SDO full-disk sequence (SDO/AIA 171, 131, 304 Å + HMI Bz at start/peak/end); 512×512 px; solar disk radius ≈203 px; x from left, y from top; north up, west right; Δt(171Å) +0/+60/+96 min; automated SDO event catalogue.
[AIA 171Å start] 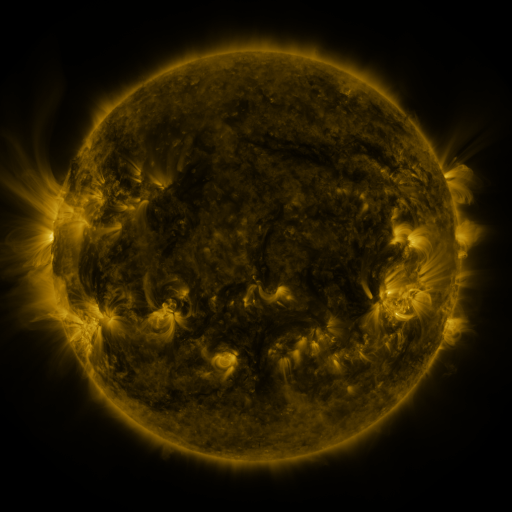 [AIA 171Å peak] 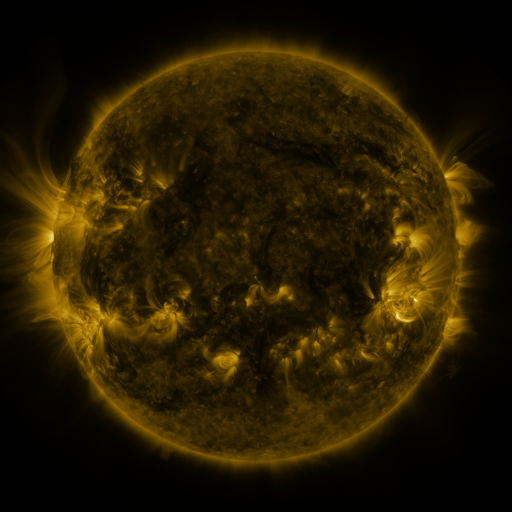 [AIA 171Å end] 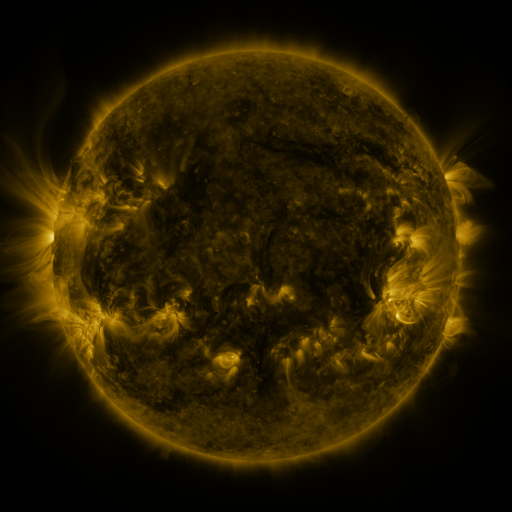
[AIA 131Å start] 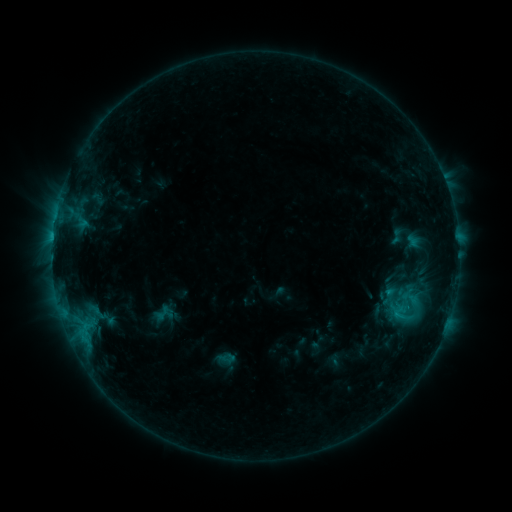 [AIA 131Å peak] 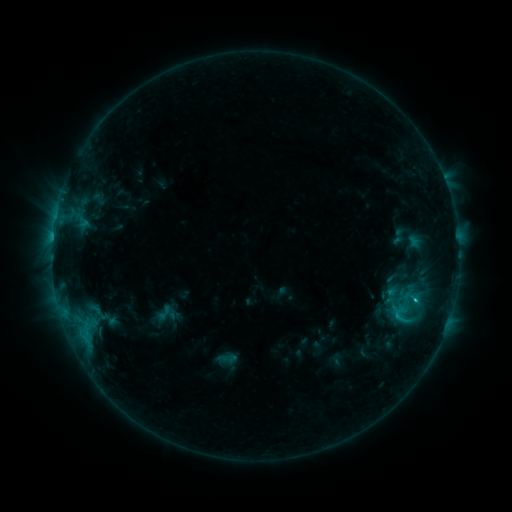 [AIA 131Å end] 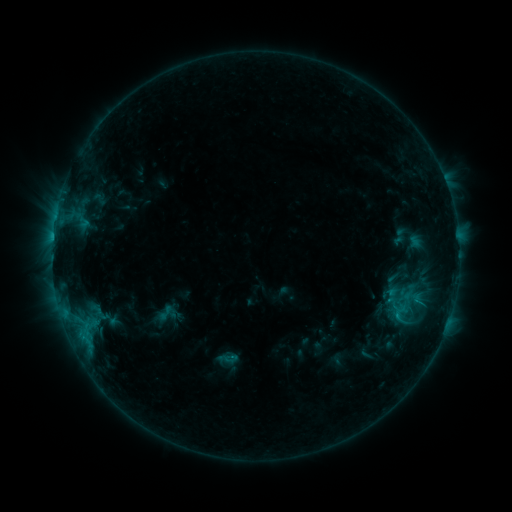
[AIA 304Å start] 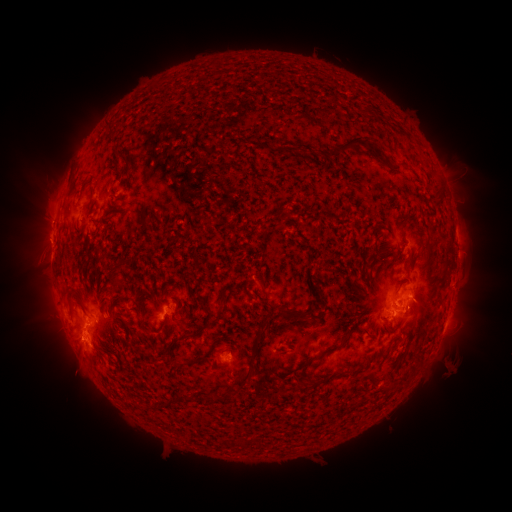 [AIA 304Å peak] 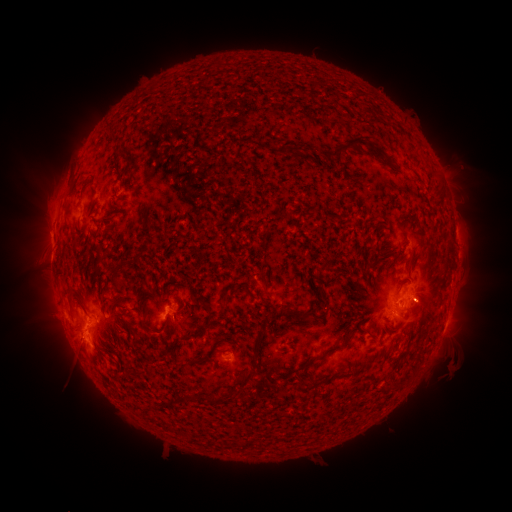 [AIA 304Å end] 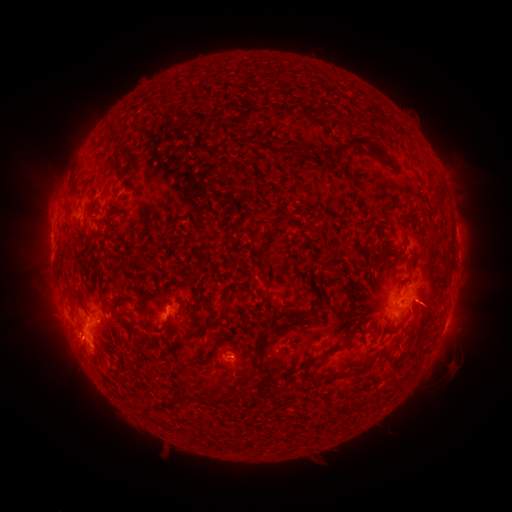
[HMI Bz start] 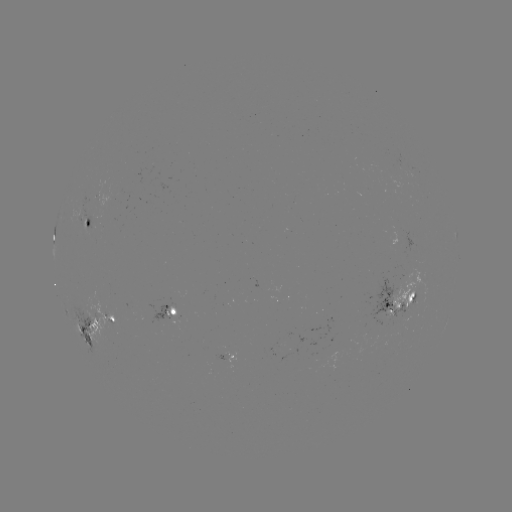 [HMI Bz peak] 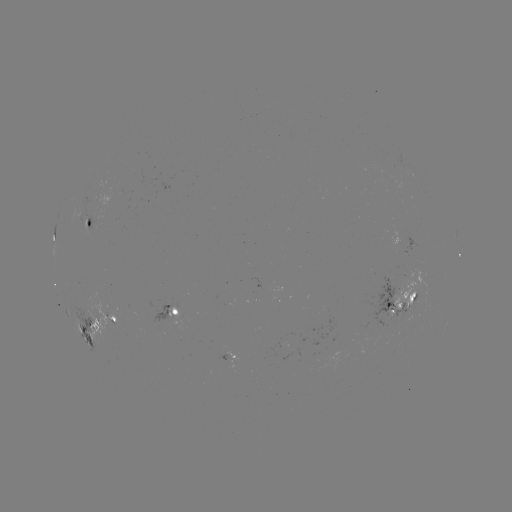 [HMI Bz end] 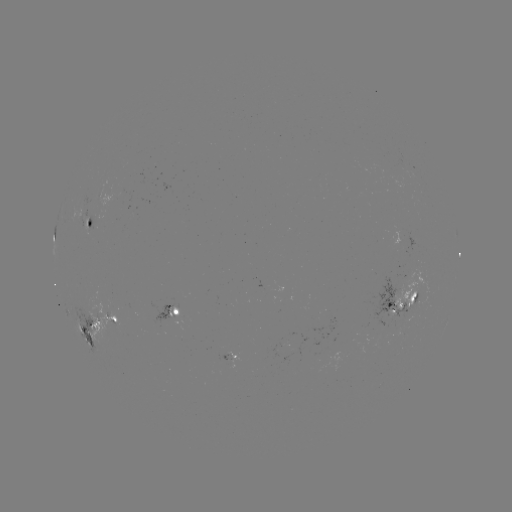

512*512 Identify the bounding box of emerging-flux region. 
[366, 276, 408, 341].